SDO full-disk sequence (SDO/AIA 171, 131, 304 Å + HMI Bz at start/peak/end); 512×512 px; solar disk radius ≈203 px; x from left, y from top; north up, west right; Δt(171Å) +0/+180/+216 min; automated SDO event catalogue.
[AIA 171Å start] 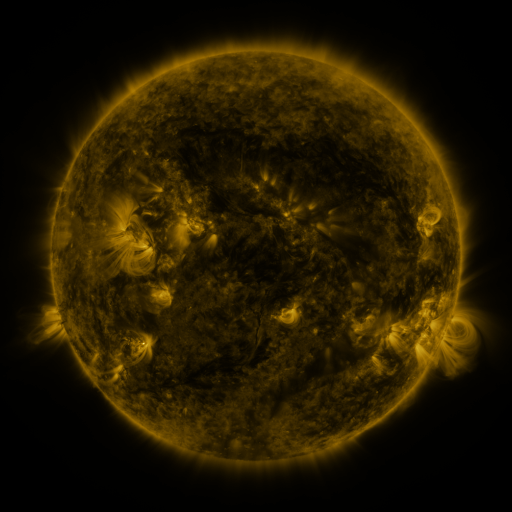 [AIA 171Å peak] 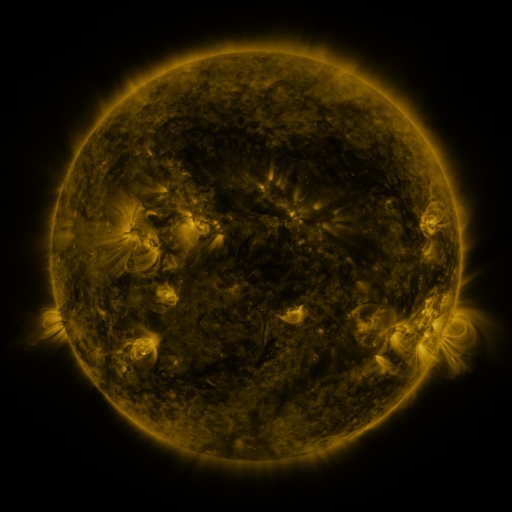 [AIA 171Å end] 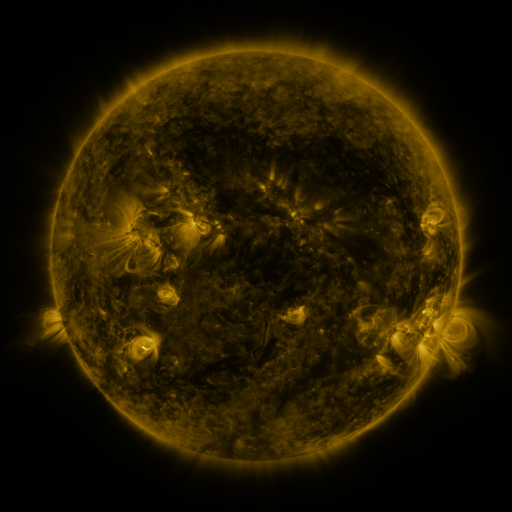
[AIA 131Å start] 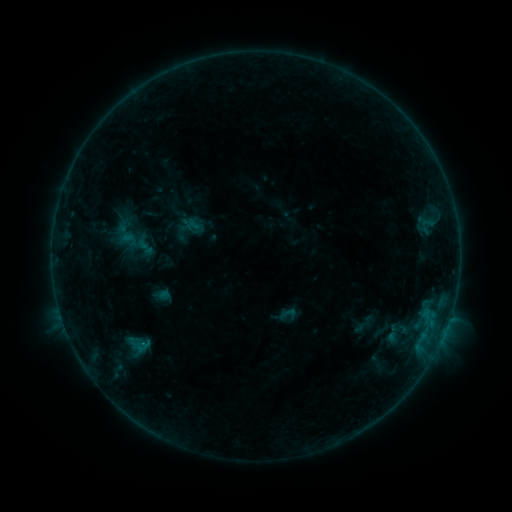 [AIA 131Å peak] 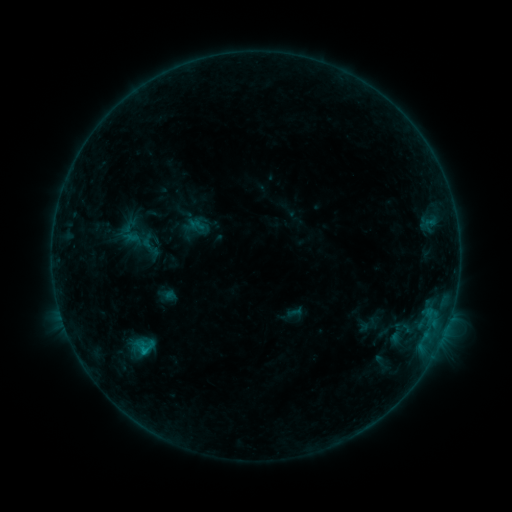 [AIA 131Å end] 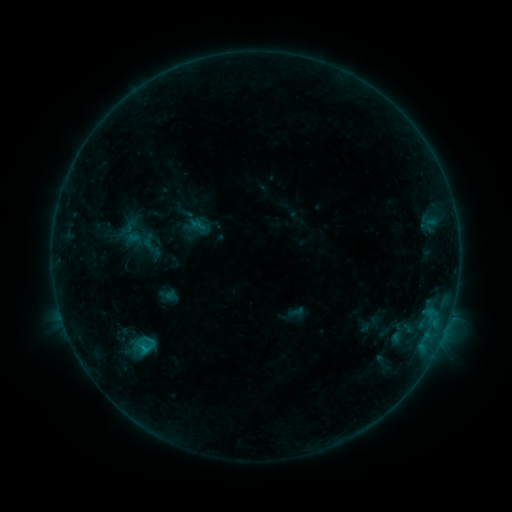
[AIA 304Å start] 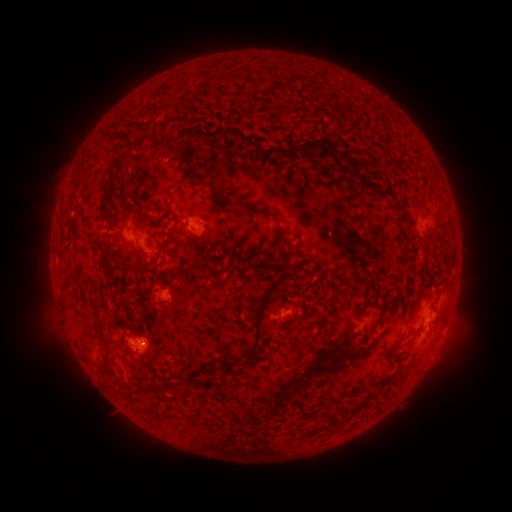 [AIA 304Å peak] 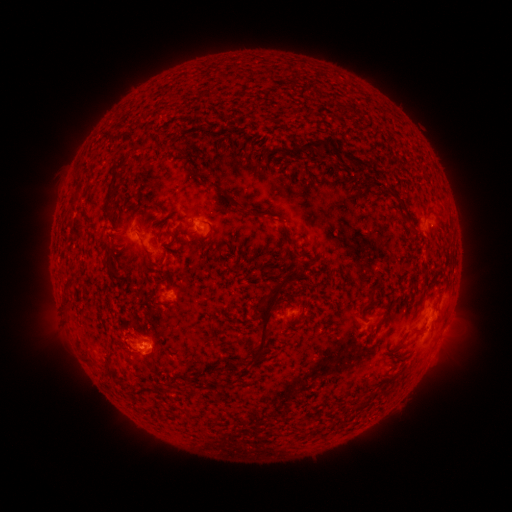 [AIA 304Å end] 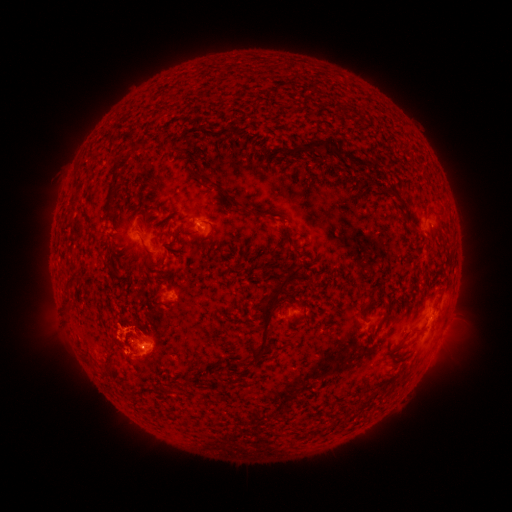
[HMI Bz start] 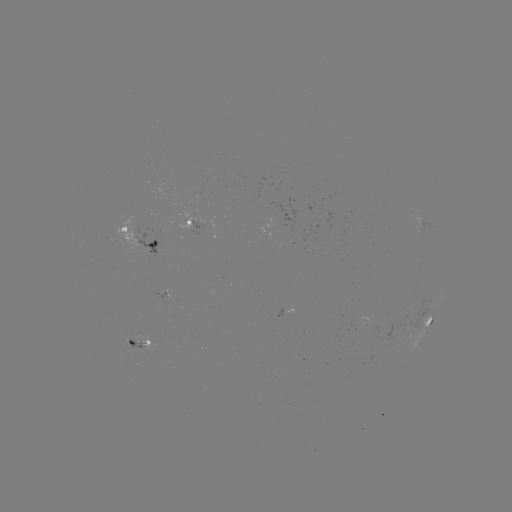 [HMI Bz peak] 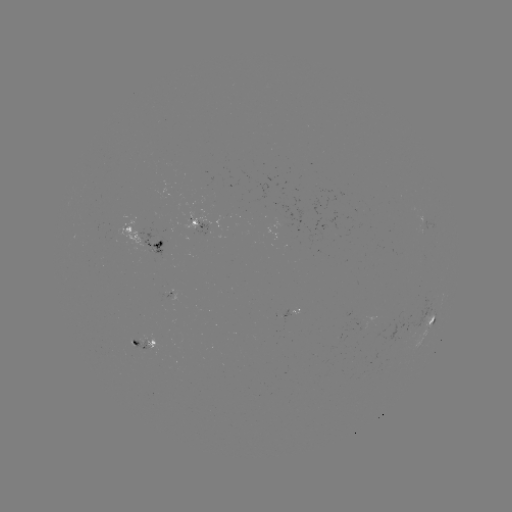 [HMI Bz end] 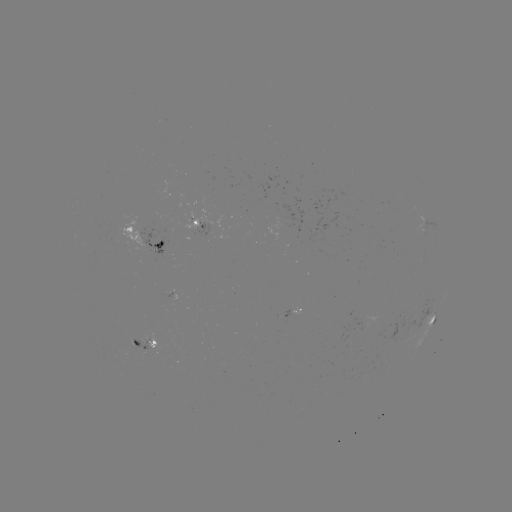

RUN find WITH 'emerging-flux region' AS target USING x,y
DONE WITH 192,221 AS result